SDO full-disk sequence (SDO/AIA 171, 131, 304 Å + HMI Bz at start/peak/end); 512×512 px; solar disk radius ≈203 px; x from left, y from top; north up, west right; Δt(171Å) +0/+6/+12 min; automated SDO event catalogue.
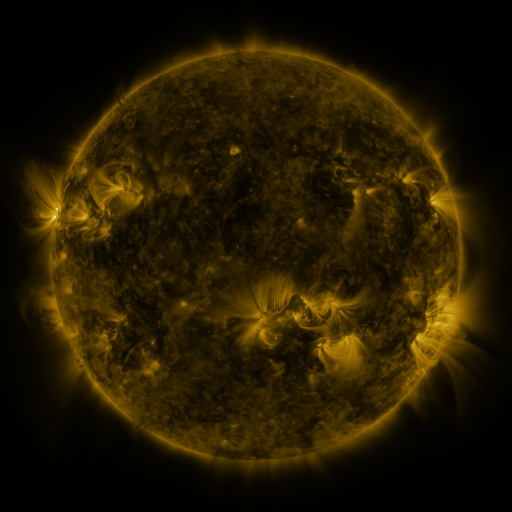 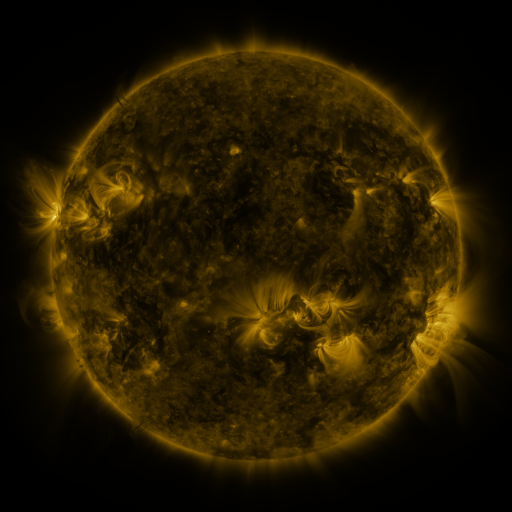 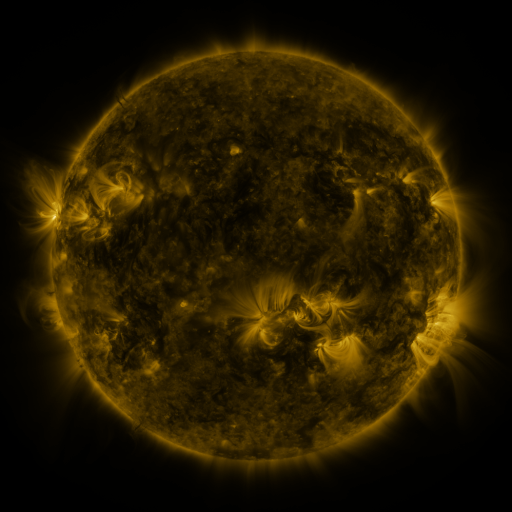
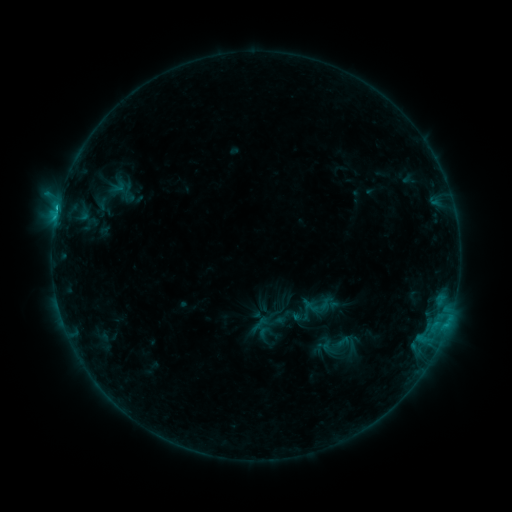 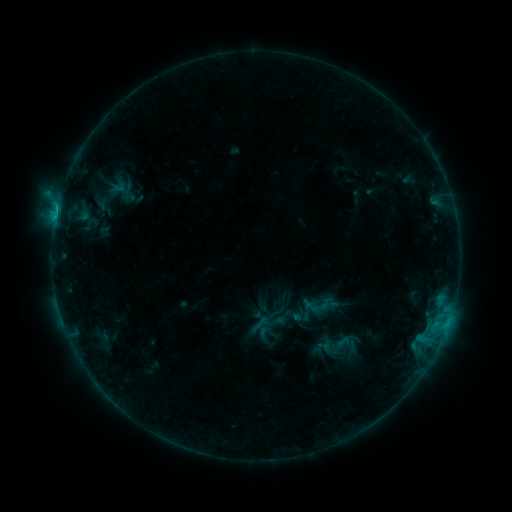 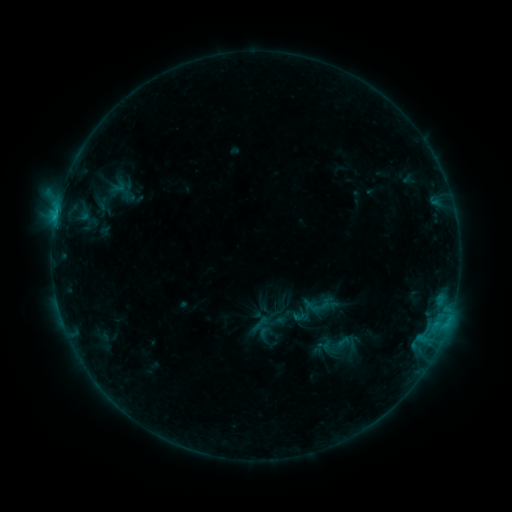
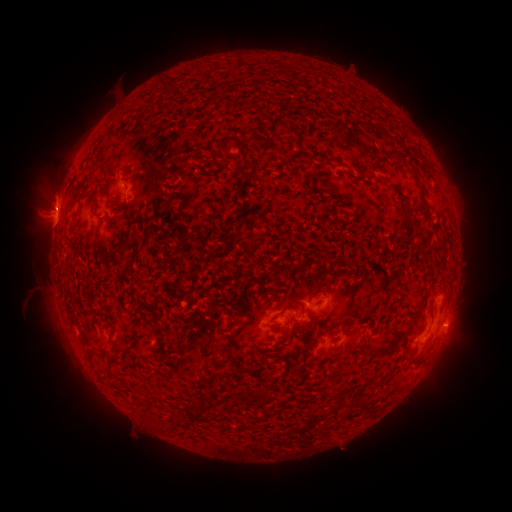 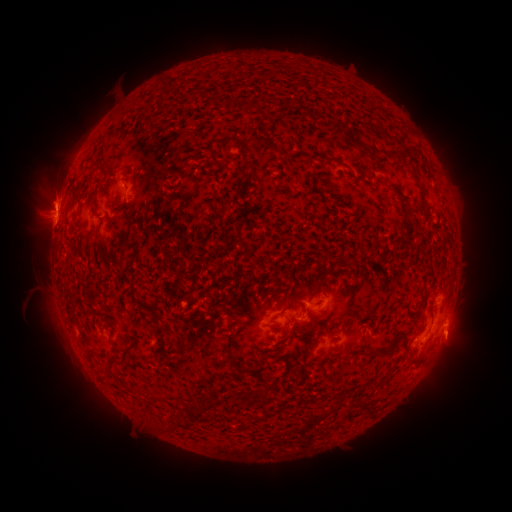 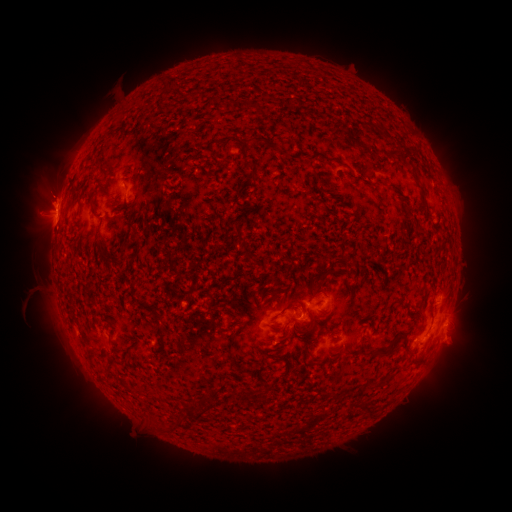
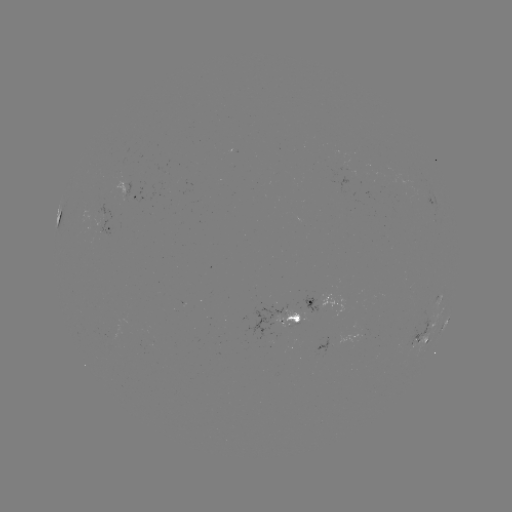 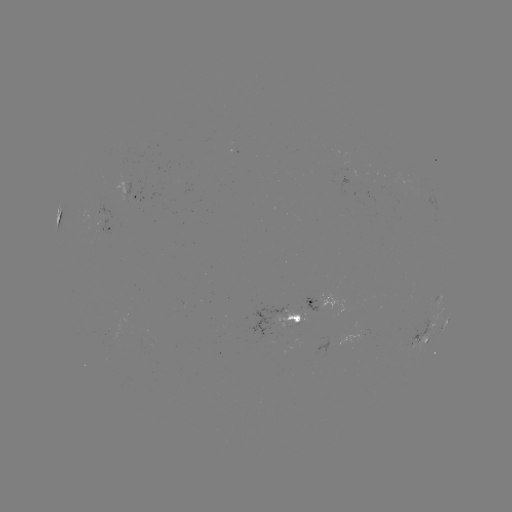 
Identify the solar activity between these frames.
eruption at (458, 343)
